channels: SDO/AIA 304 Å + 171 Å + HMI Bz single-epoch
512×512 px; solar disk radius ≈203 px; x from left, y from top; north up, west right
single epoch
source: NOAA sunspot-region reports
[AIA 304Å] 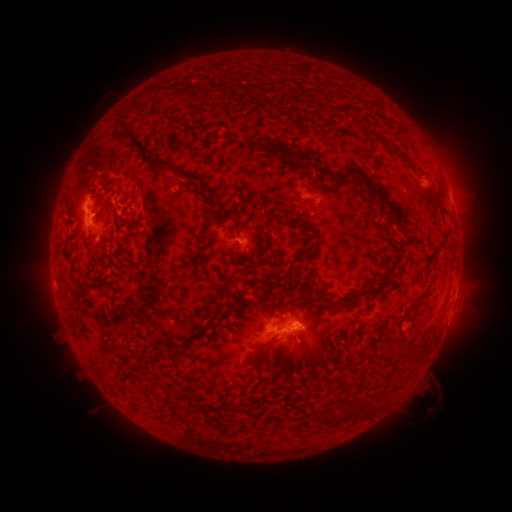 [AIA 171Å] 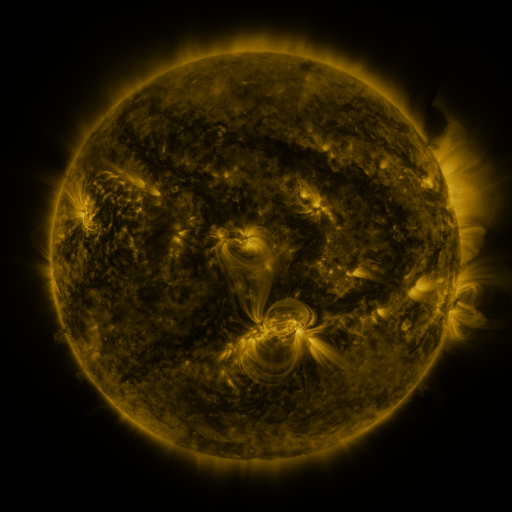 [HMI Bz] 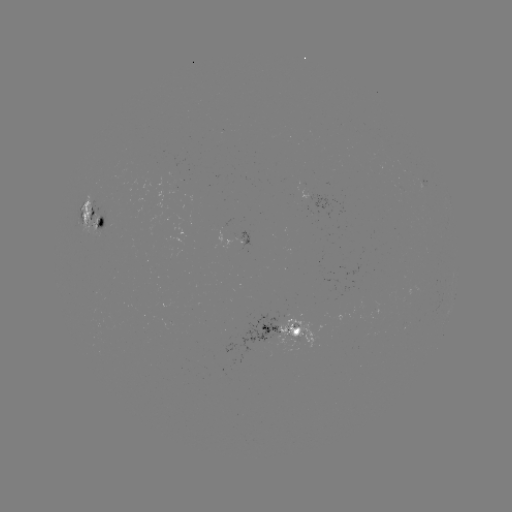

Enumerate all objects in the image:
spotted active region: (322, 200)
spotted active region: (96, 216)
spotted active region: (245, 235)
spotted active region: (453, 301)
spotted active region: (279, 330)
